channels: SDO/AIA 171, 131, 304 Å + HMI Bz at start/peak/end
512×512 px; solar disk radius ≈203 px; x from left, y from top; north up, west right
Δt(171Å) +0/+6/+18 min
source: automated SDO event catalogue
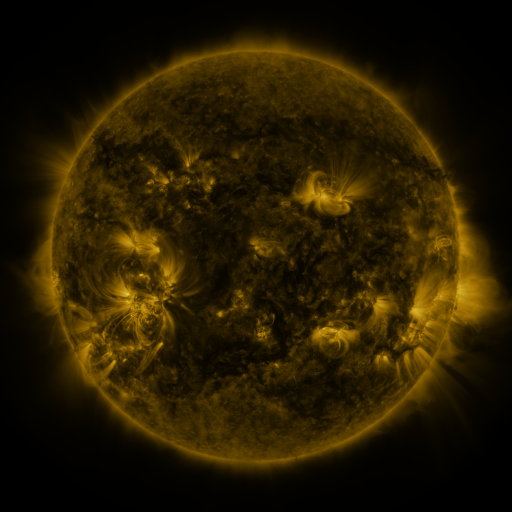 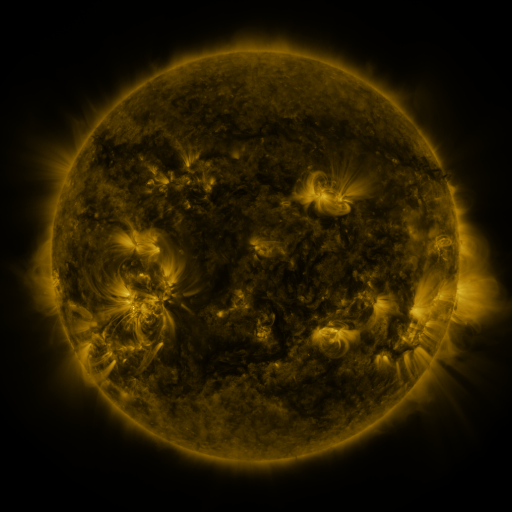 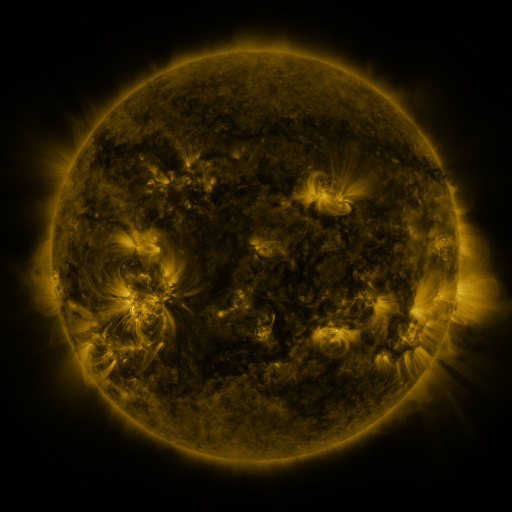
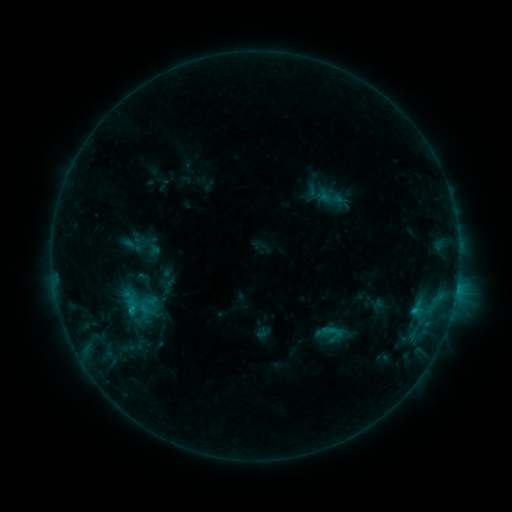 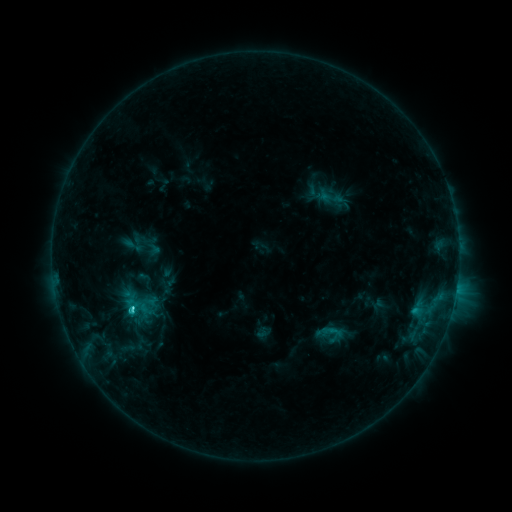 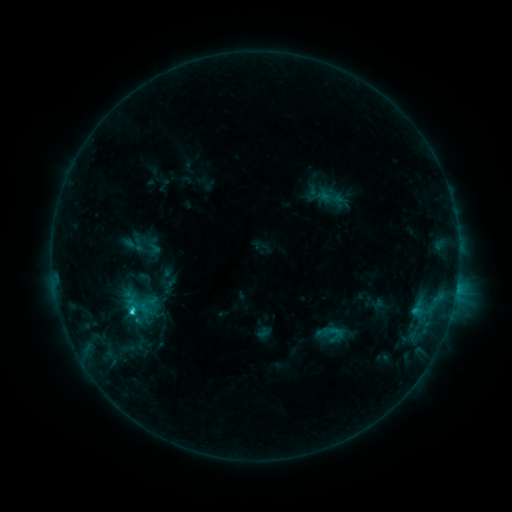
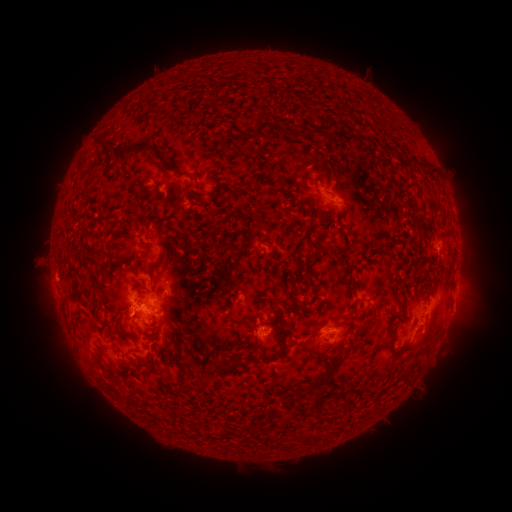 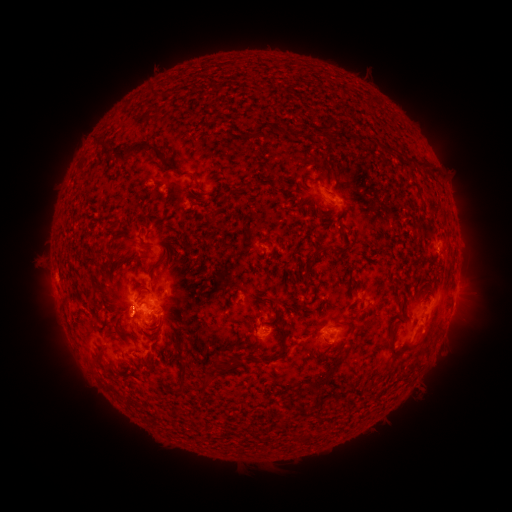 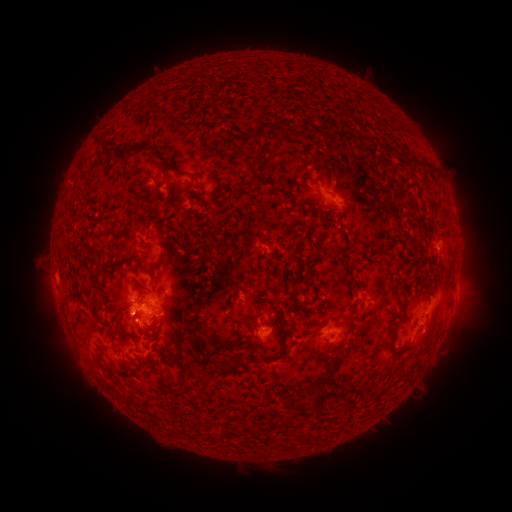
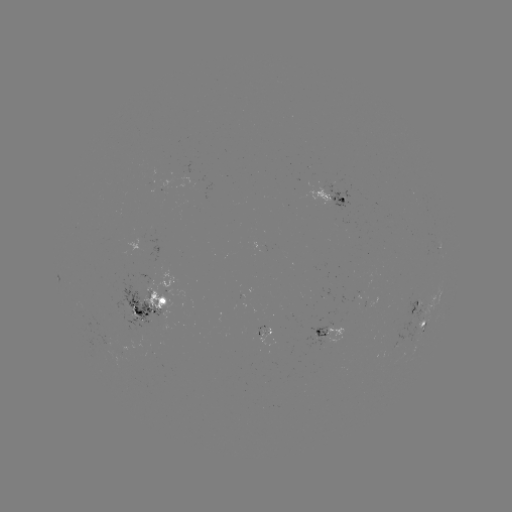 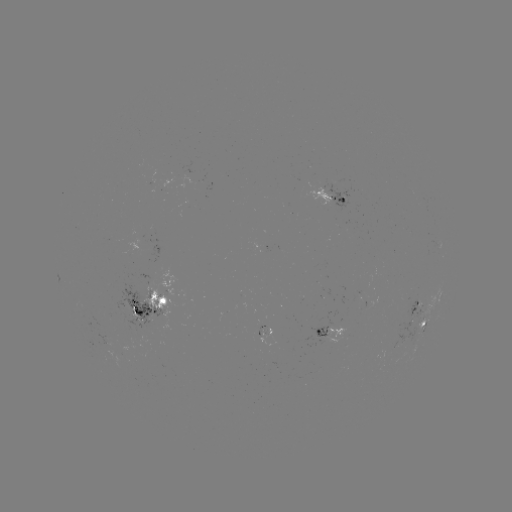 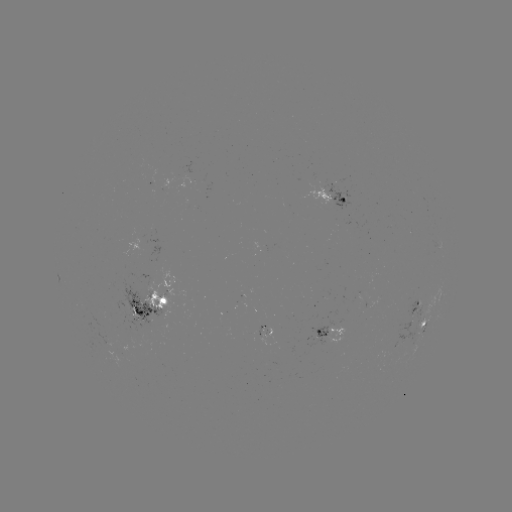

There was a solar flare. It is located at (133, 308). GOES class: C2.4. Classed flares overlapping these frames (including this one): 1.